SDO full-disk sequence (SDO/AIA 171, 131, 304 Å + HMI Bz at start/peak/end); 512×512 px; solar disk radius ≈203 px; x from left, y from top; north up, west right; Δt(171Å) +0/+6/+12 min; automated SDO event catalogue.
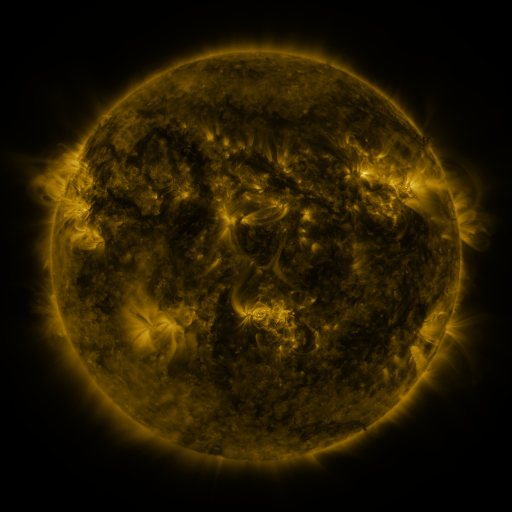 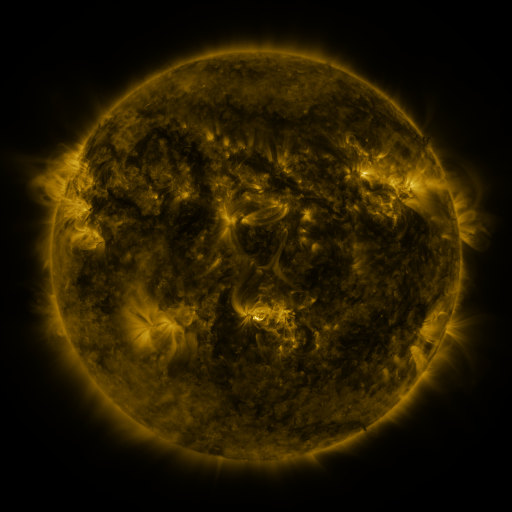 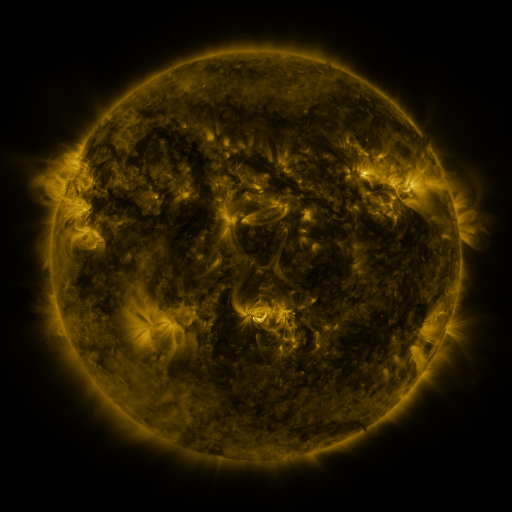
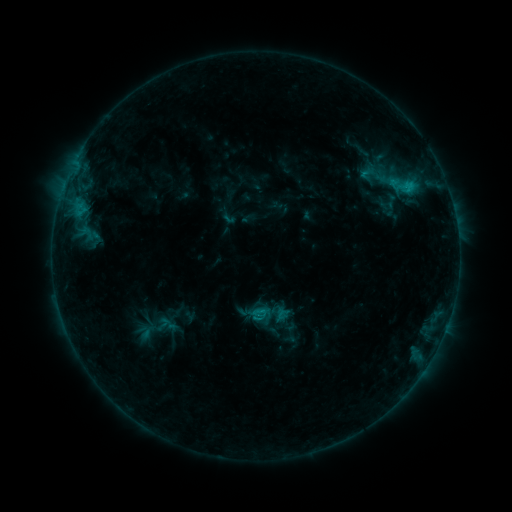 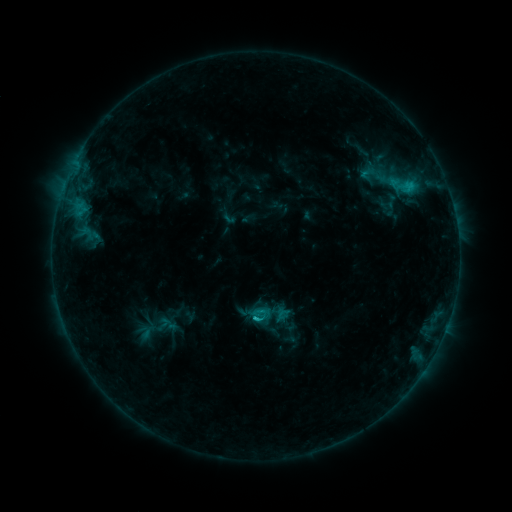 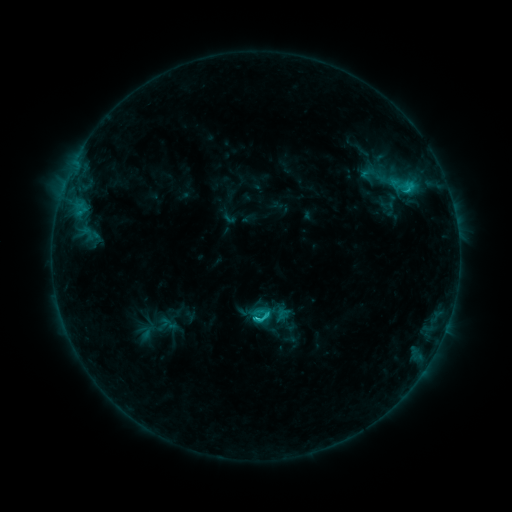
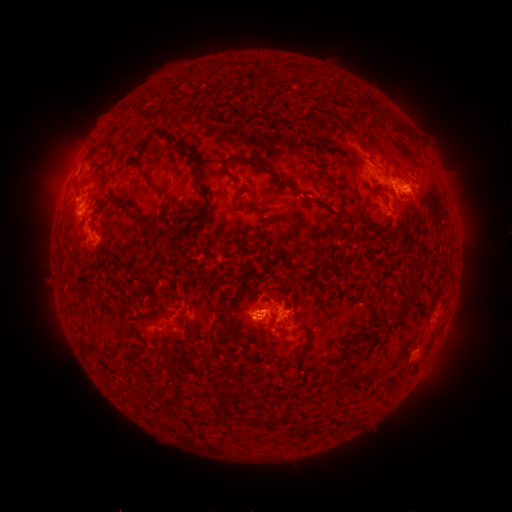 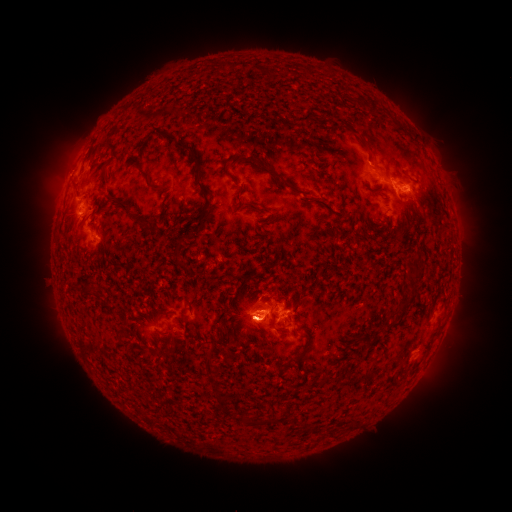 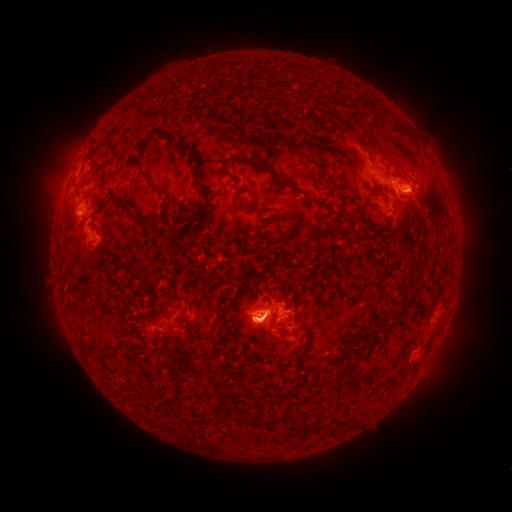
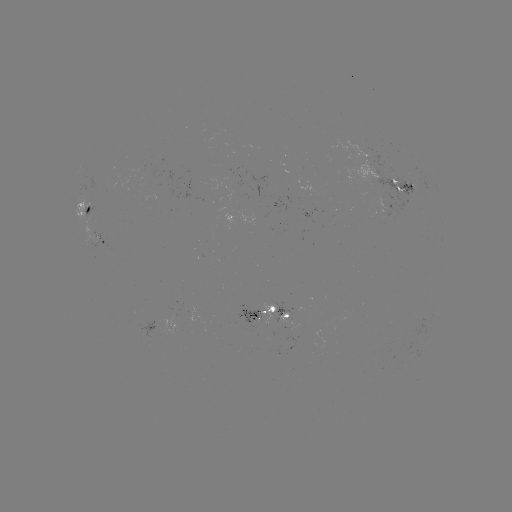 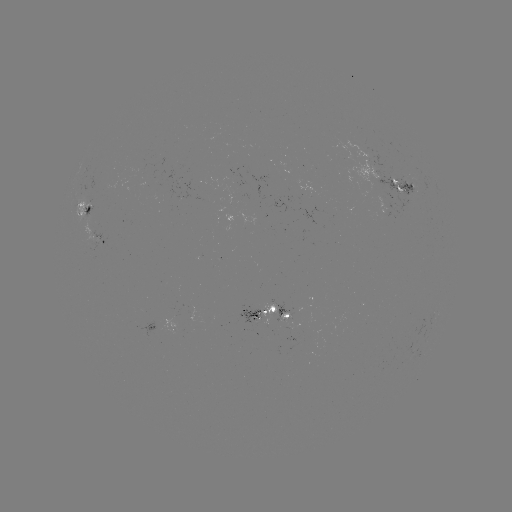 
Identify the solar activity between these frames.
C2.2 flare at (256, 316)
